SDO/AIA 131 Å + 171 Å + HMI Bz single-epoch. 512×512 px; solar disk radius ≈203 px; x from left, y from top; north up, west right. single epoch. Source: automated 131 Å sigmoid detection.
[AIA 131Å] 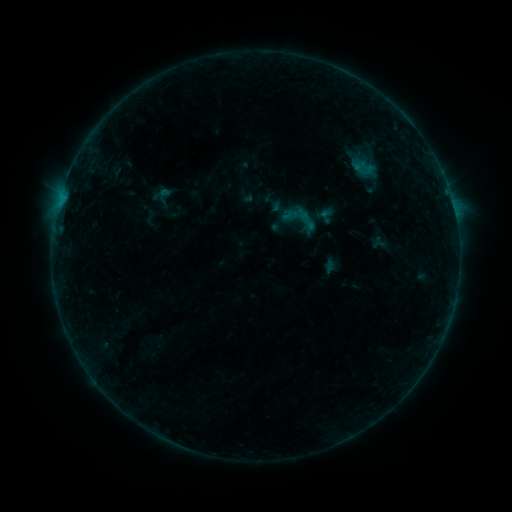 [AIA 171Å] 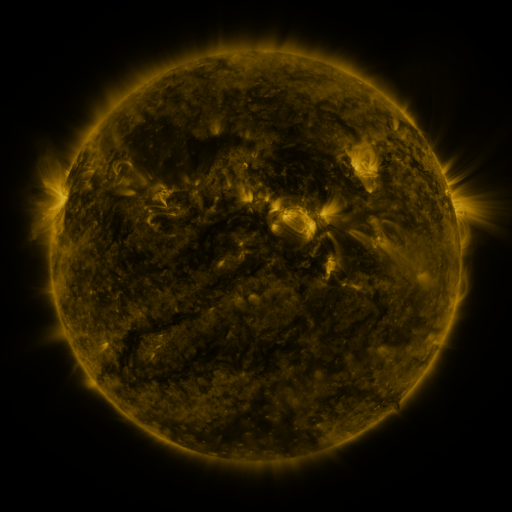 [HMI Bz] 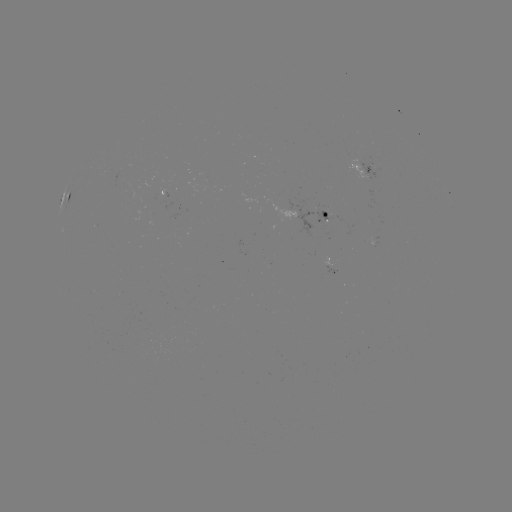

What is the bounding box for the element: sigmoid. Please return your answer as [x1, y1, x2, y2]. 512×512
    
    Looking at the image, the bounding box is [277, 196, 323, 242].